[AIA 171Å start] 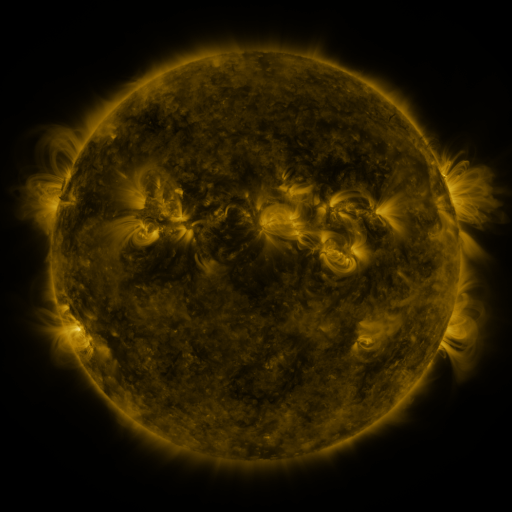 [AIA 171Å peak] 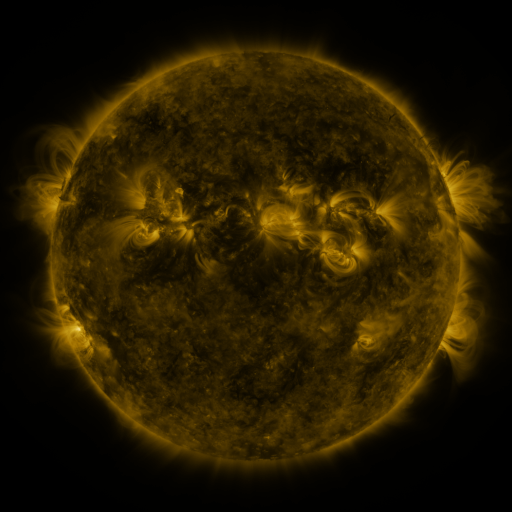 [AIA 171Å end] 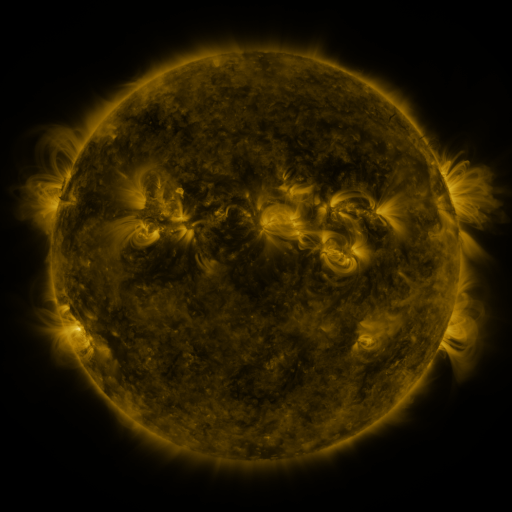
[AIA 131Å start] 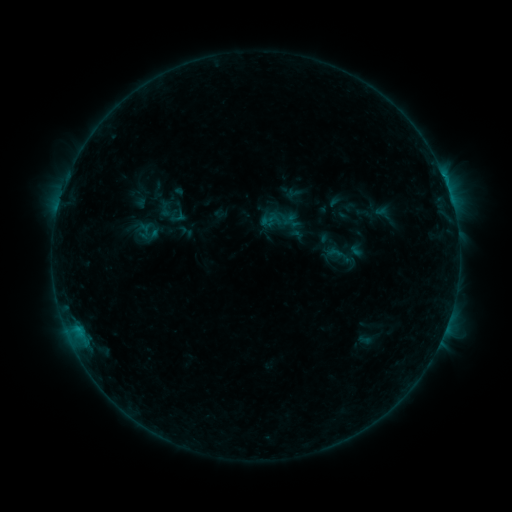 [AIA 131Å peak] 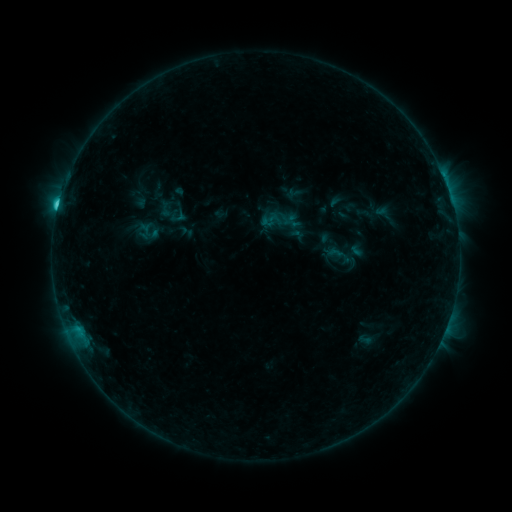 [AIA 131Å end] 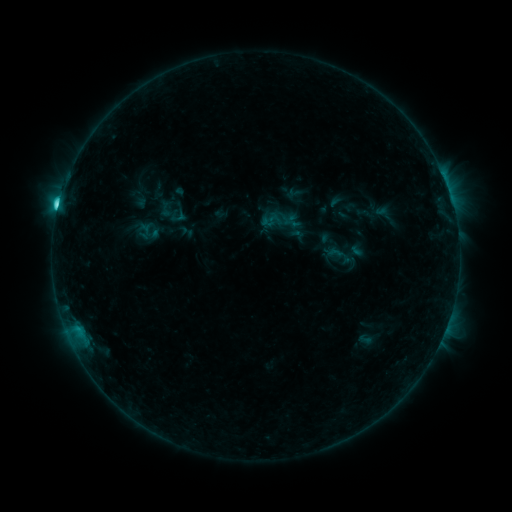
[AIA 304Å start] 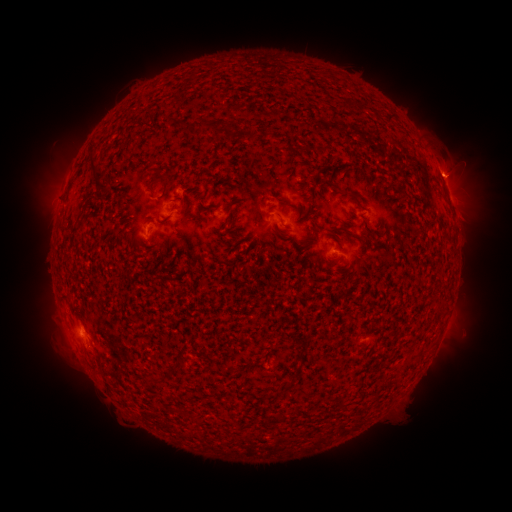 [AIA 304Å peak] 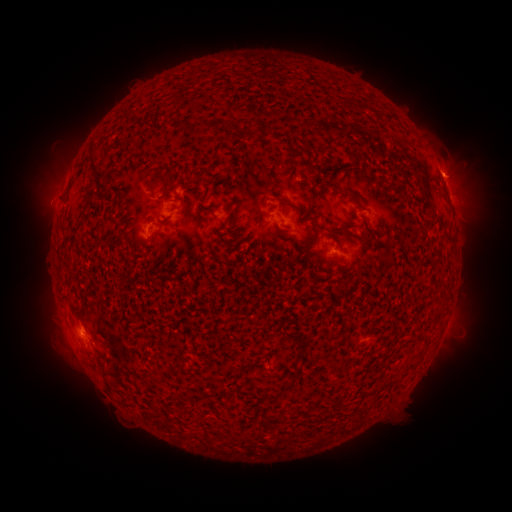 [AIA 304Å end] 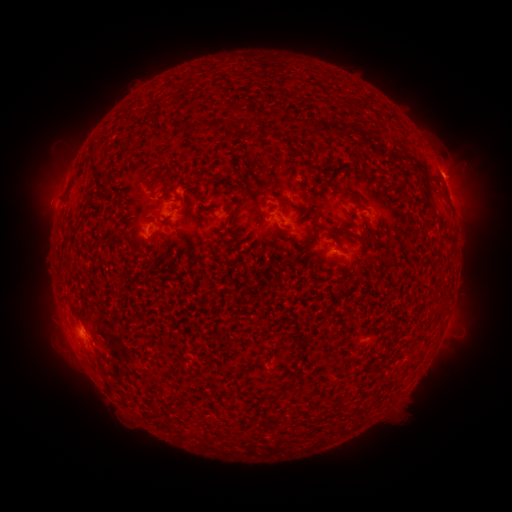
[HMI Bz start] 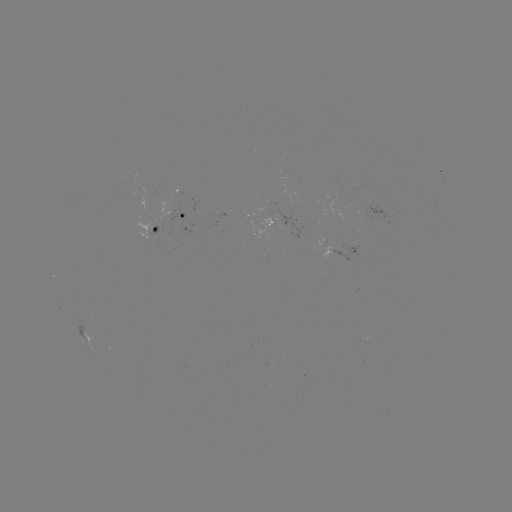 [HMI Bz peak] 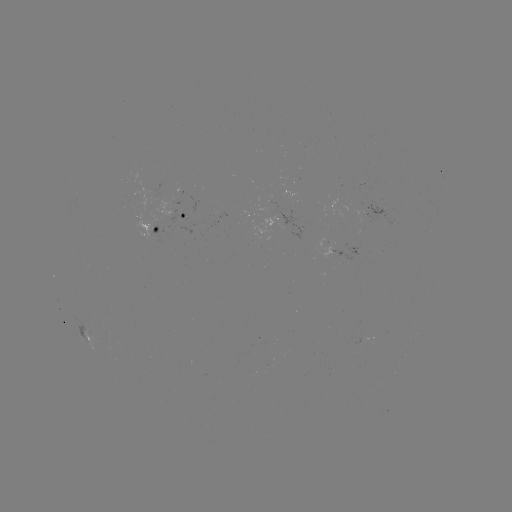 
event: flare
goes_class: C3.7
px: (58, 208)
